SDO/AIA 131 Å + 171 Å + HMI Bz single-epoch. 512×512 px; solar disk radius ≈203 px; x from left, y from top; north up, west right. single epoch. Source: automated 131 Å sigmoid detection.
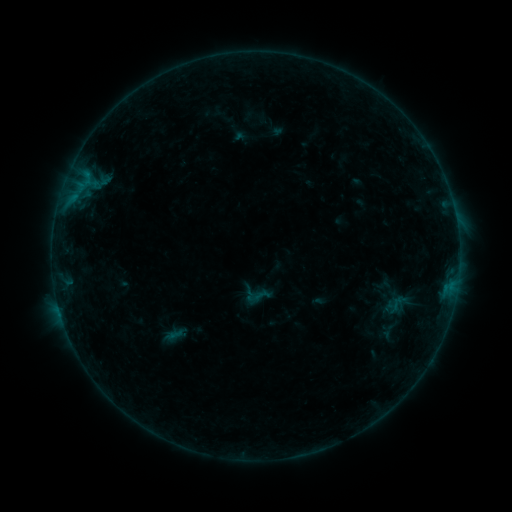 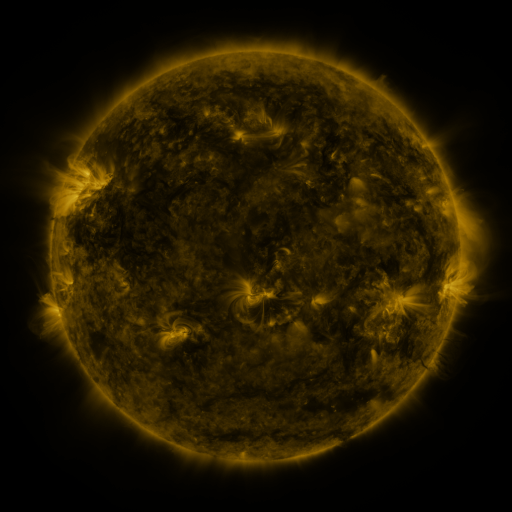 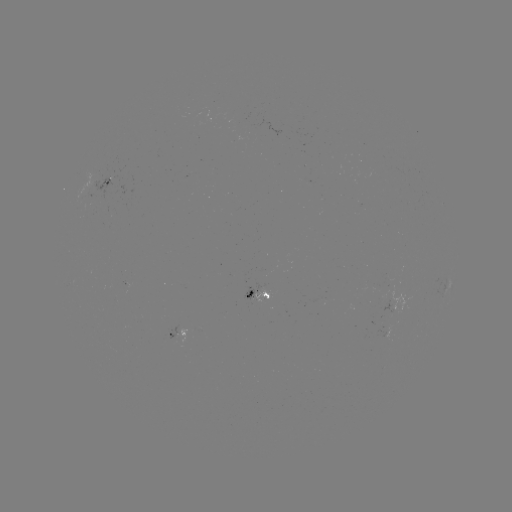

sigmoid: [386, 290, 409, 317]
